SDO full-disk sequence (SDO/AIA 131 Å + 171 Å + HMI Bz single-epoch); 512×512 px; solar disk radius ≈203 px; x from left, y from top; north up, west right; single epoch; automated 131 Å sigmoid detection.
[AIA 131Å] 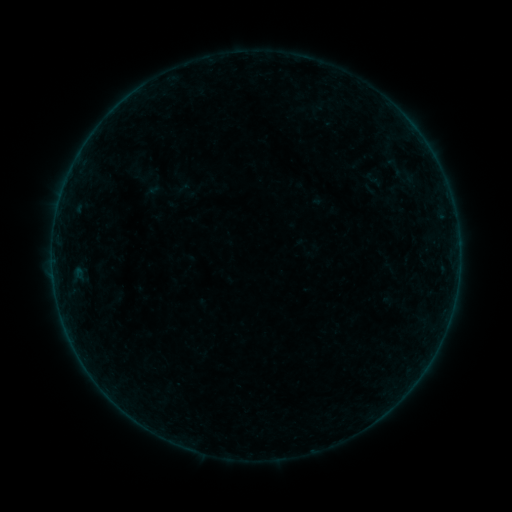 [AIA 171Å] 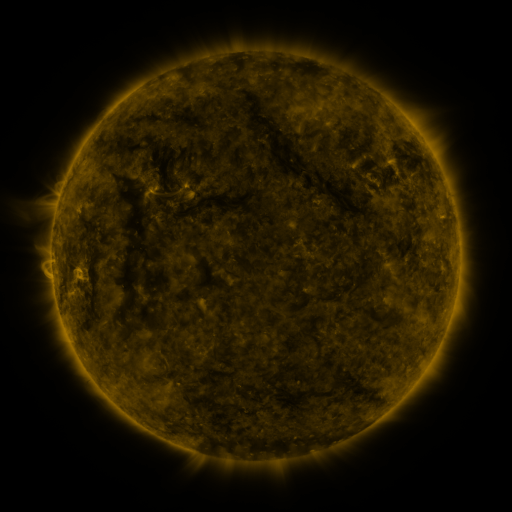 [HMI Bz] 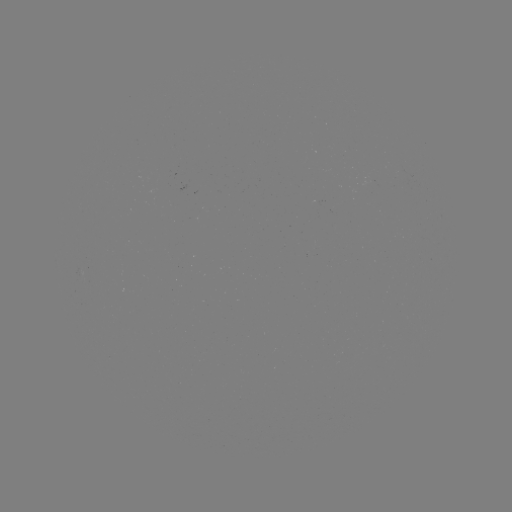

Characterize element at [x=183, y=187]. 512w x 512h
sigmoid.